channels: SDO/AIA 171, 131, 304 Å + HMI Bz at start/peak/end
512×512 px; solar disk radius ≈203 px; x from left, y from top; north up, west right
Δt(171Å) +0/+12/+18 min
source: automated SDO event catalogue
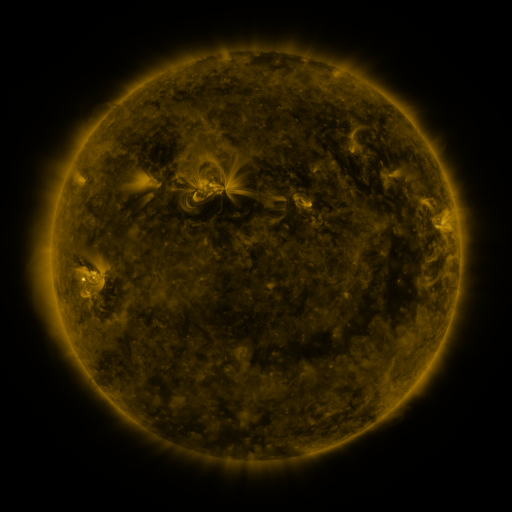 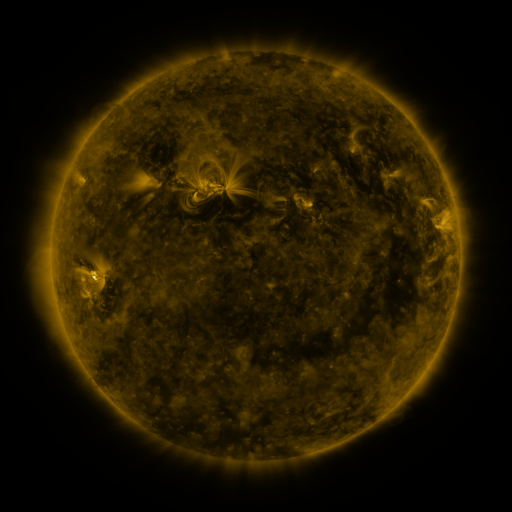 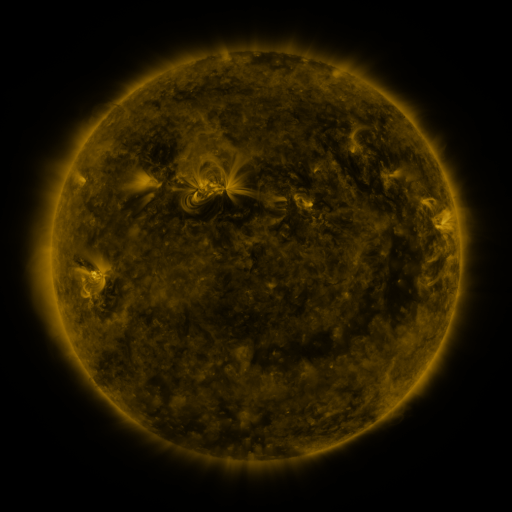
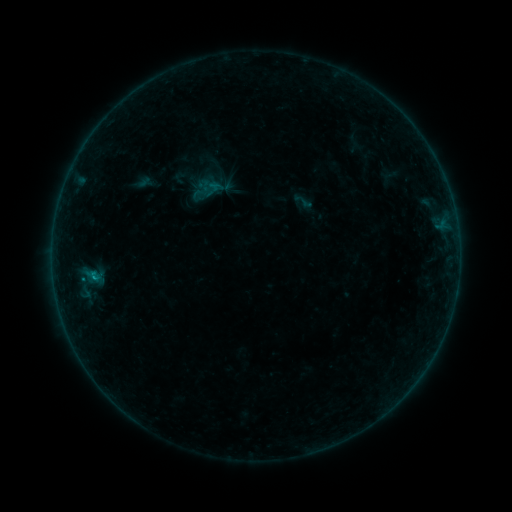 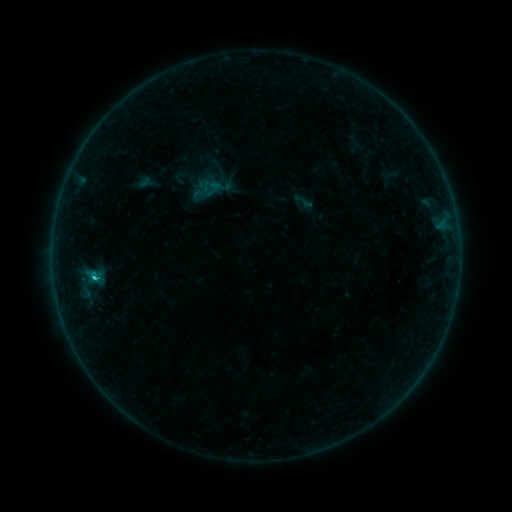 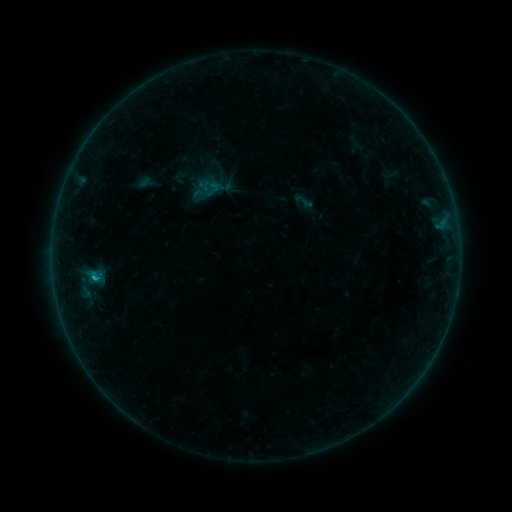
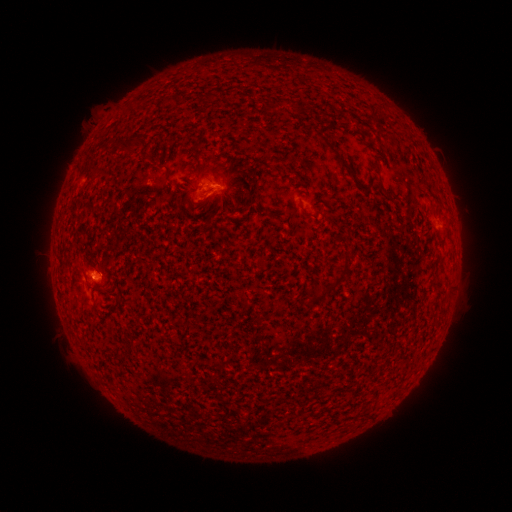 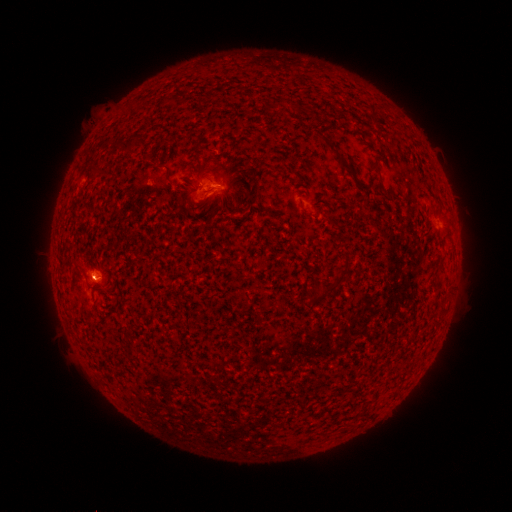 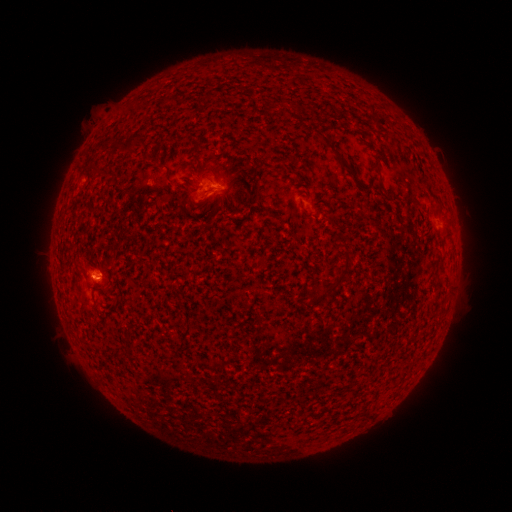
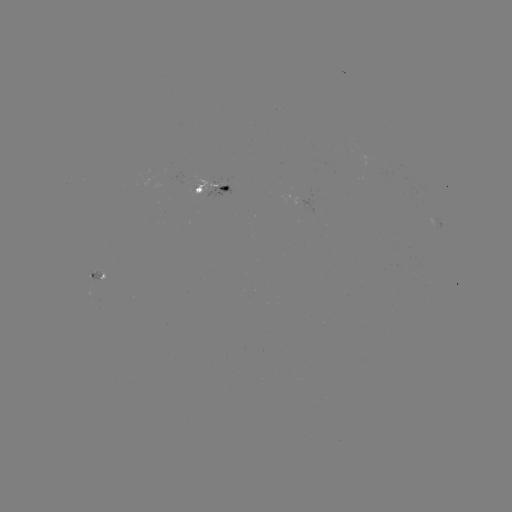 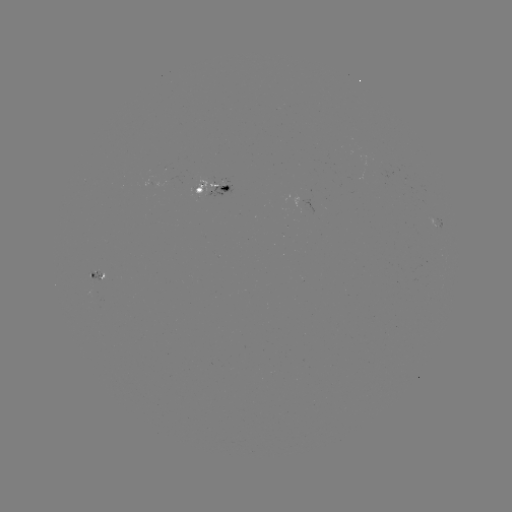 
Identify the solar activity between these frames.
B7.0 flare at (95, 276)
